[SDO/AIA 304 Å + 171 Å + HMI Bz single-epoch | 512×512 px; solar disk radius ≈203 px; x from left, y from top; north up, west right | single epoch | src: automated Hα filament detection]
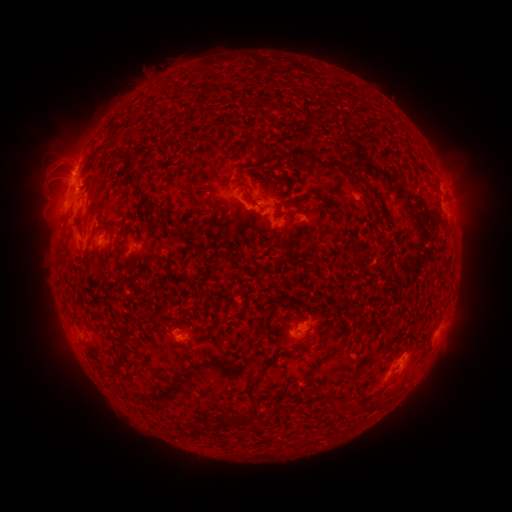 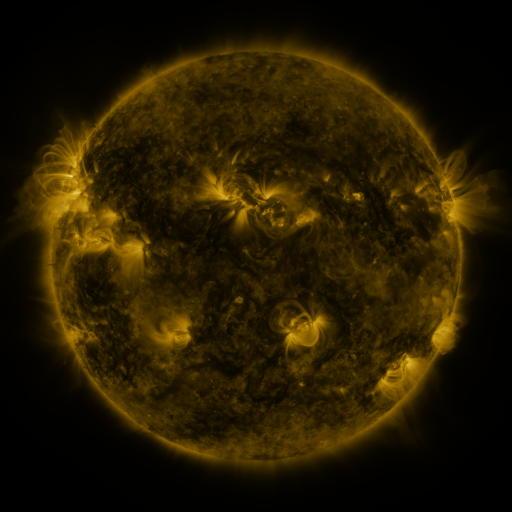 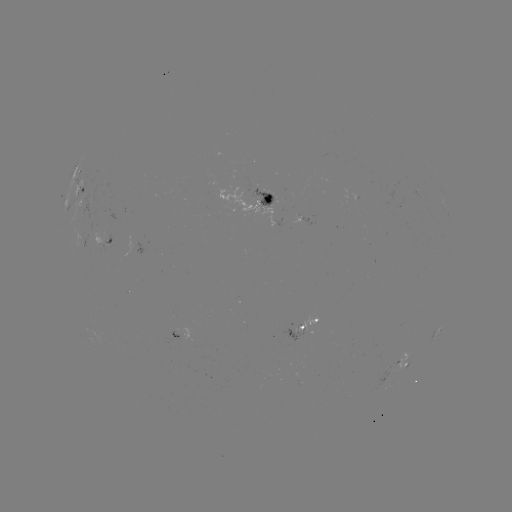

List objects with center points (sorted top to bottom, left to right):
filament: [301, 100, 314, 123]
filament: [351, 171, 375, 196]
filament: [126, 172, 151, 203]
filament: [276, 175, 287, 187]
filament: [106, 300, 114, 314]
filament: [118, 337, 130, 345]
filament: [244, 376, 258, 391]
filament: [247, 405, 257, 418]
